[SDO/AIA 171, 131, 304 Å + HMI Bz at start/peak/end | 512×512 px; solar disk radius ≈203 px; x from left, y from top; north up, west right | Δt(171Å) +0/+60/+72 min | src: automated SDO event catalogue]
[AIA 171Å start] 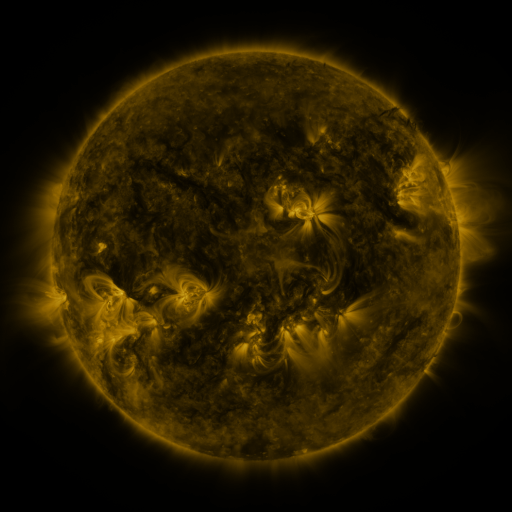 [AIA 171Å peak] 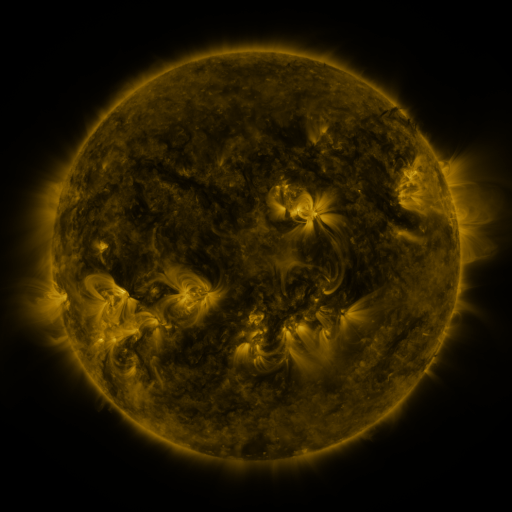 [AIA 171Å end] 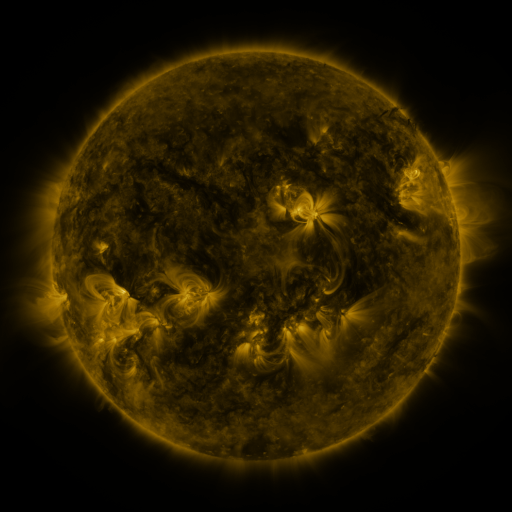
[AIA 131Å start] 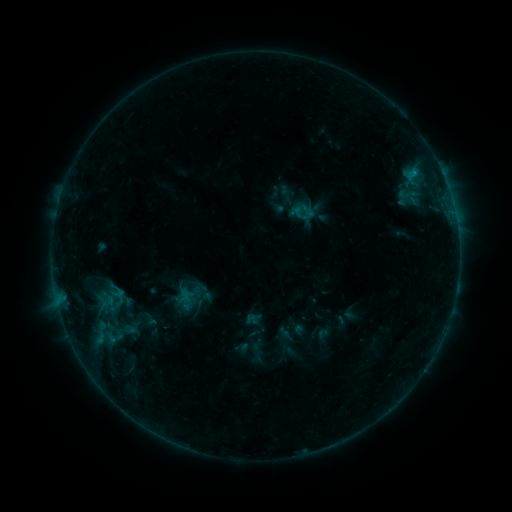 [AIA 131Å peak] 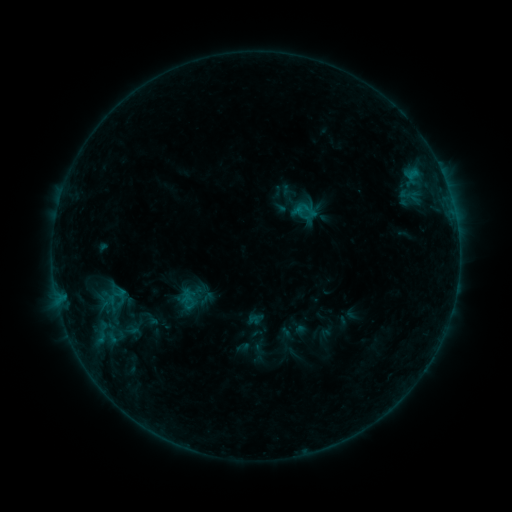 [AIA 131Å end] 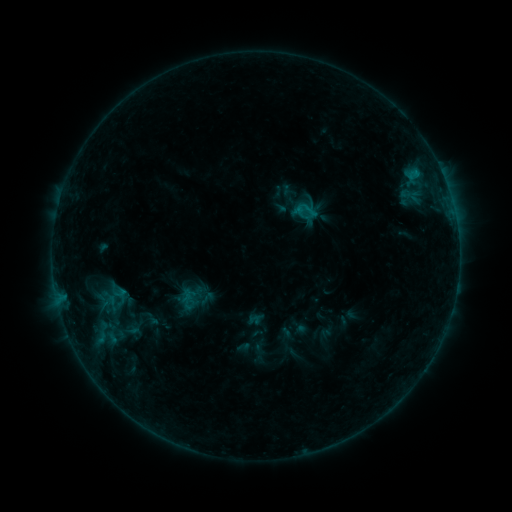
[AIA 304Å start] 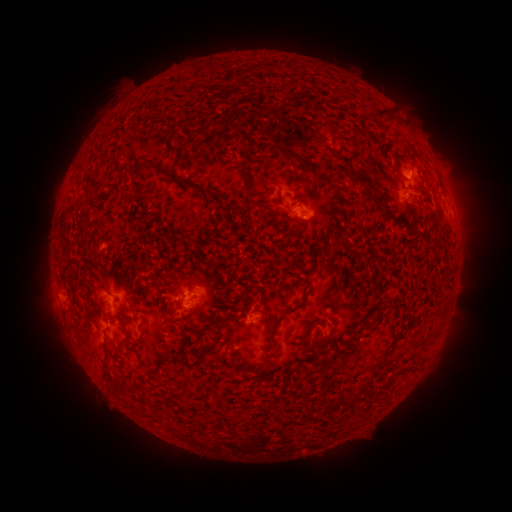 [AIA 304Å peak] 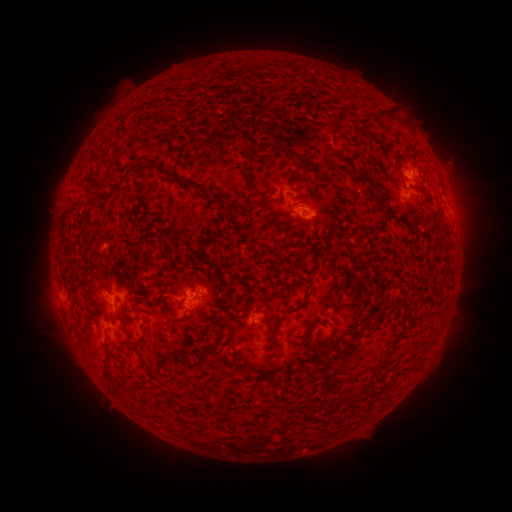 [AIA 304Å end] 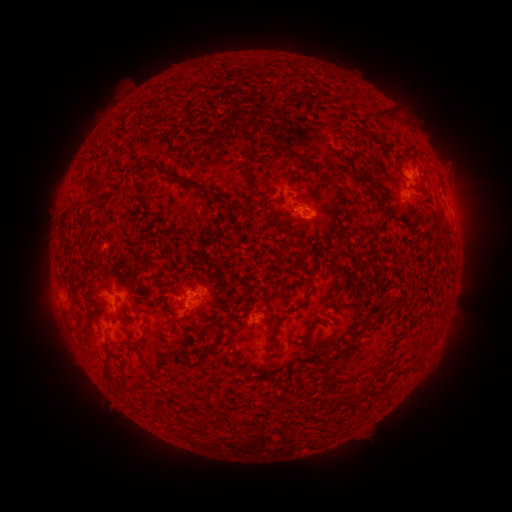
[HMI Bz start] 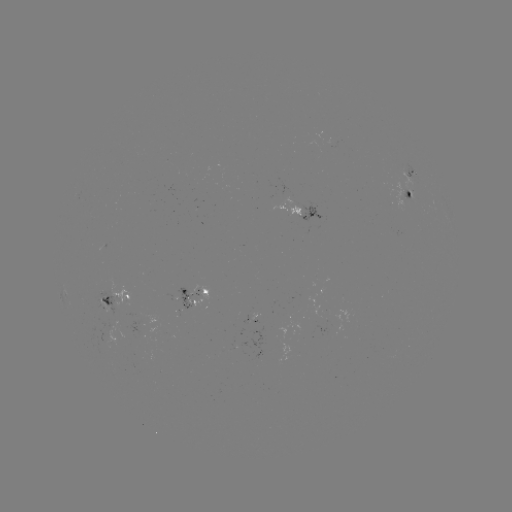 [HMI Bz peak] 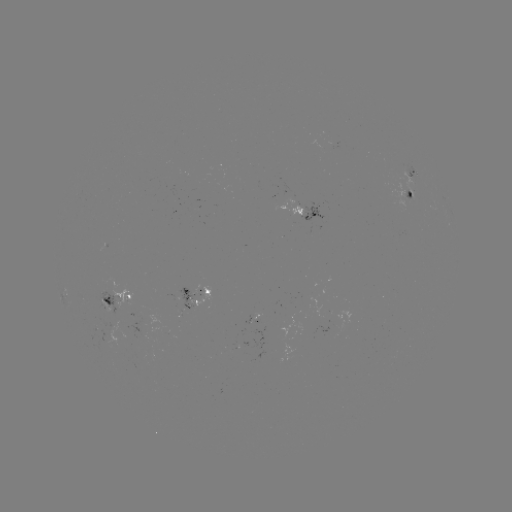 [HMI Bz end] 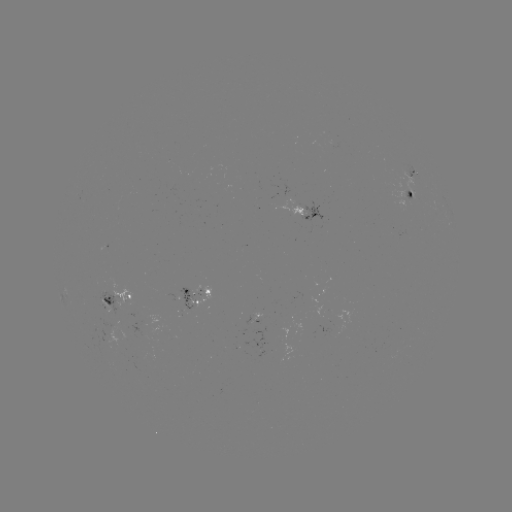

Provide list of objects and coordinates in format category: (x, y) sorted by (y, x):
emerging-flux region: (297, 206)
